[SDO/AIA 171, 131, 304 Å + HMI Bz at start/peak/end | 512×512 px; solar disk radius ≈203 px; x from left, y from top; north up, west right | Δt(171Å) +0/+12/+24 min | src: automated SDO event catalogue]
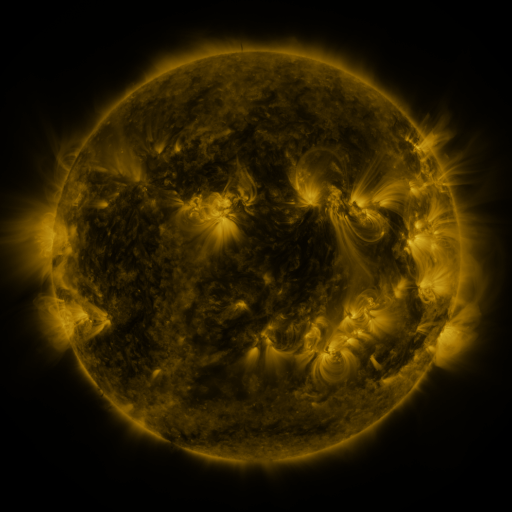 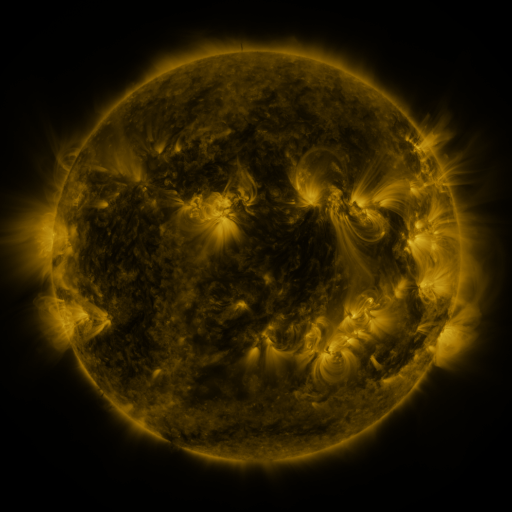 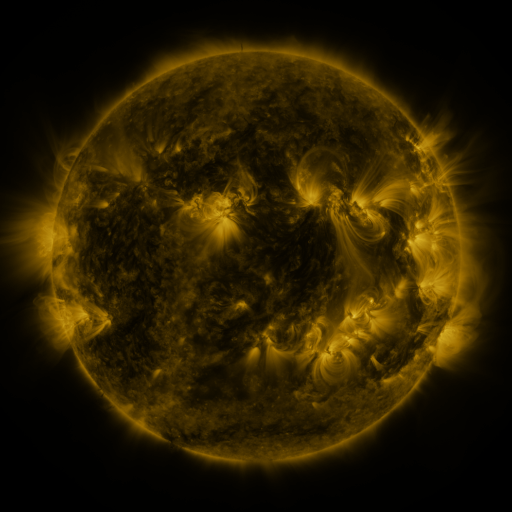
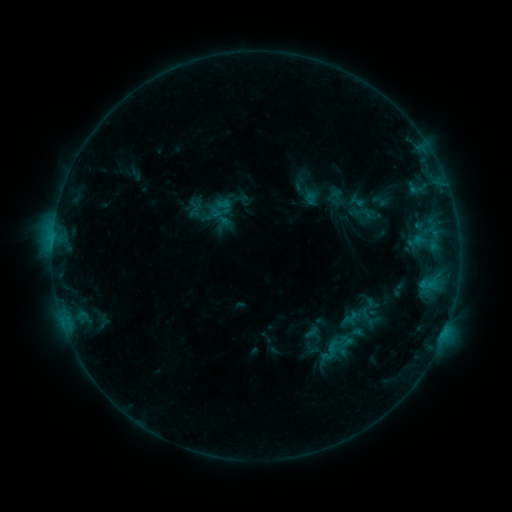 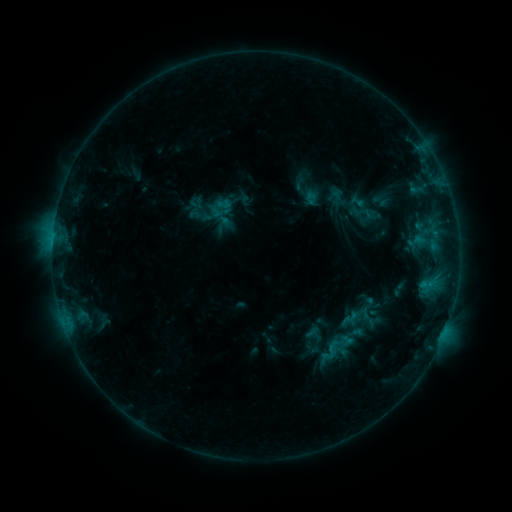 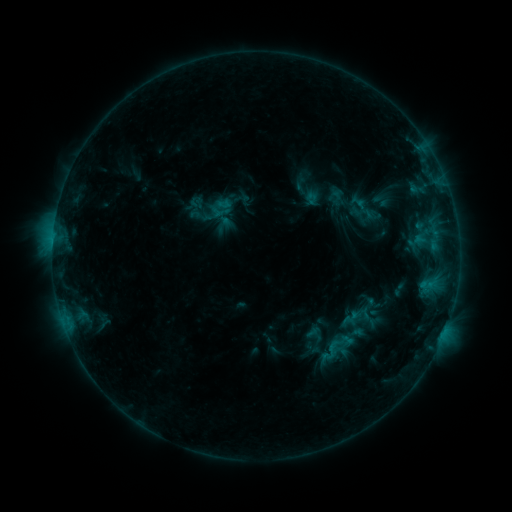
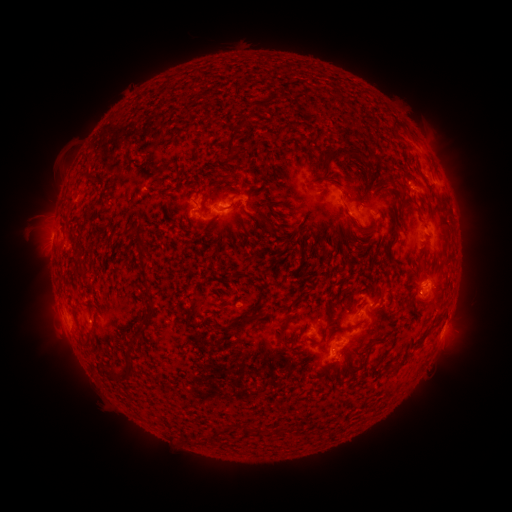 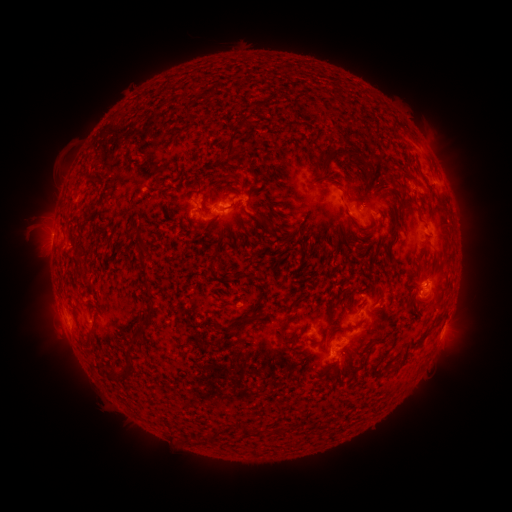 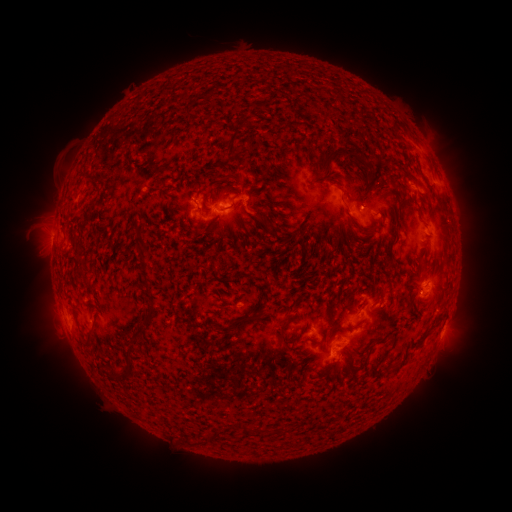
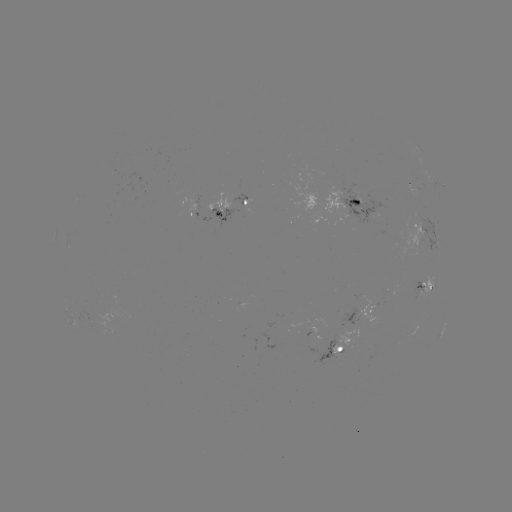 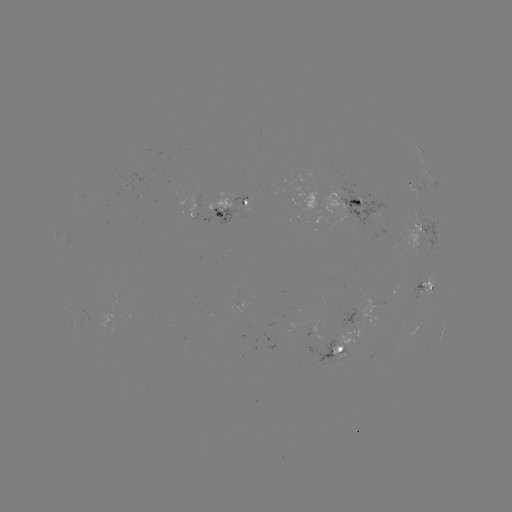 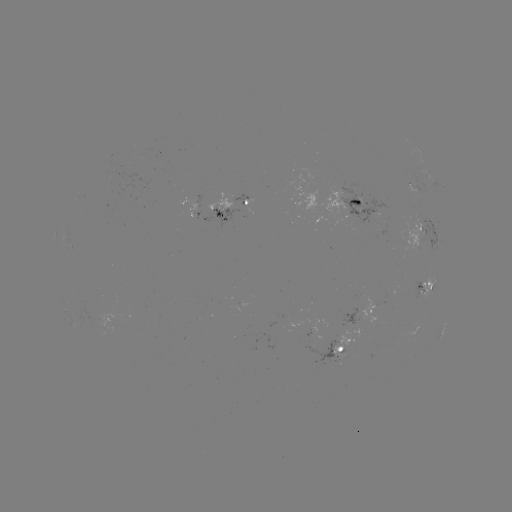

no catalogued flare and no flagged EUV brightening in this window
